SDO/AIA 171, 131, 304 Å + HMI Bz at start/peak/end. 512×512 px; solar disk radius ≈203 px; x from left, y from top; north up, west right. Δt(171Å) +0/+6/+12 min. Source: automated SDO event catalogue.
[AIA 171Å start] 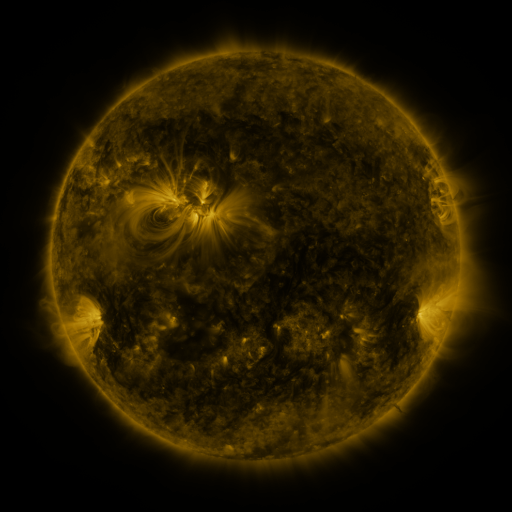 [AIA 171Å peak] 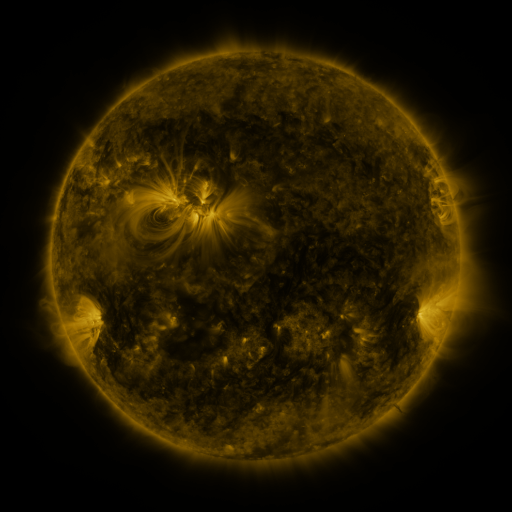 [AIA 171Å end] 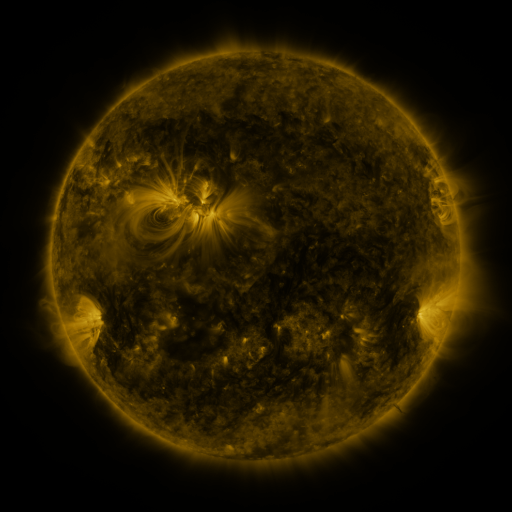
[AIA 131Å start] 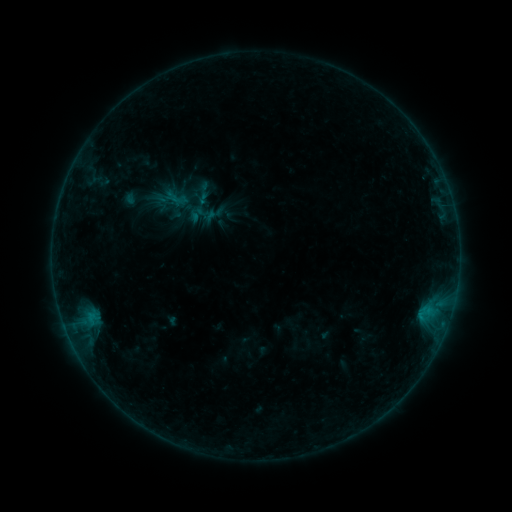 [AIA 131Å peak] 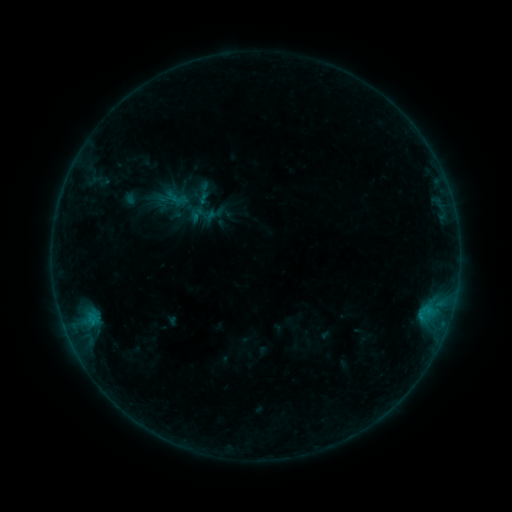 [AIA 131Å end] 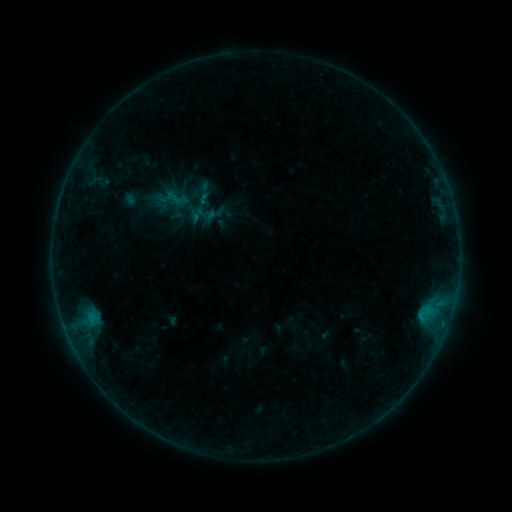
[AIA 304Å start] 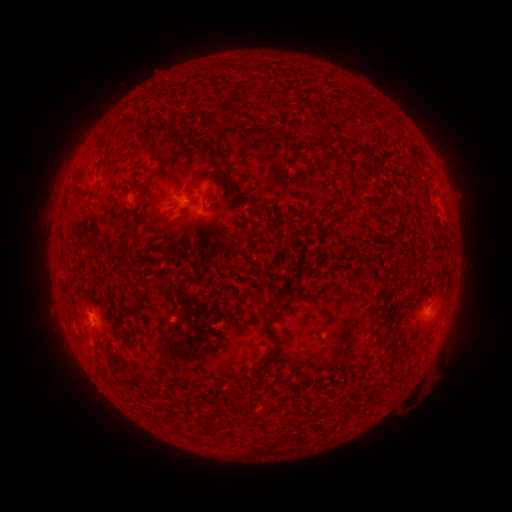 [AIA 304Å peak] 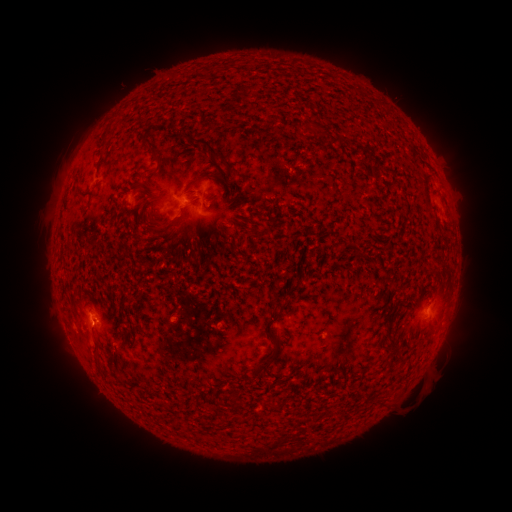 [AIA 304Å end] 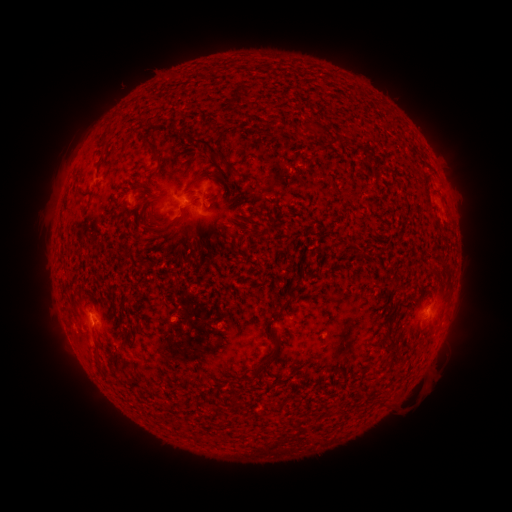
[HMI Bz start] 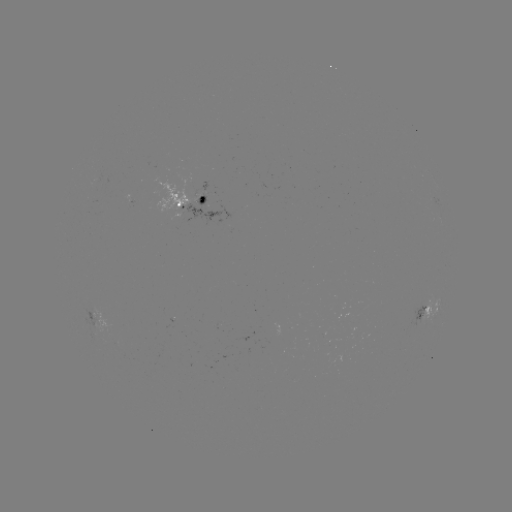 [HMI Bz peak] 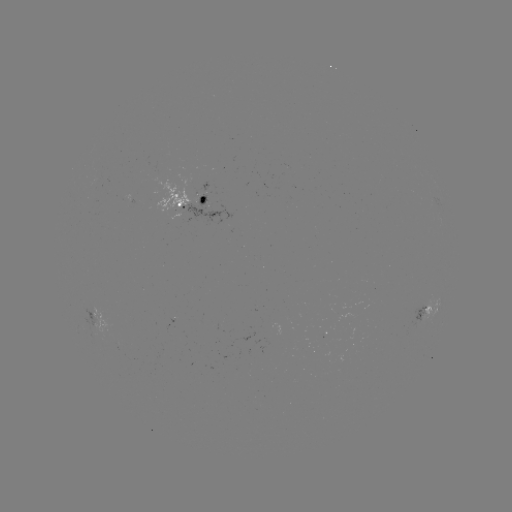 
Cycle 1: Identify B3.1 flare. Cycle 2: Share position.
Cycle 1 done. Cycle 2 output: [96, 318].